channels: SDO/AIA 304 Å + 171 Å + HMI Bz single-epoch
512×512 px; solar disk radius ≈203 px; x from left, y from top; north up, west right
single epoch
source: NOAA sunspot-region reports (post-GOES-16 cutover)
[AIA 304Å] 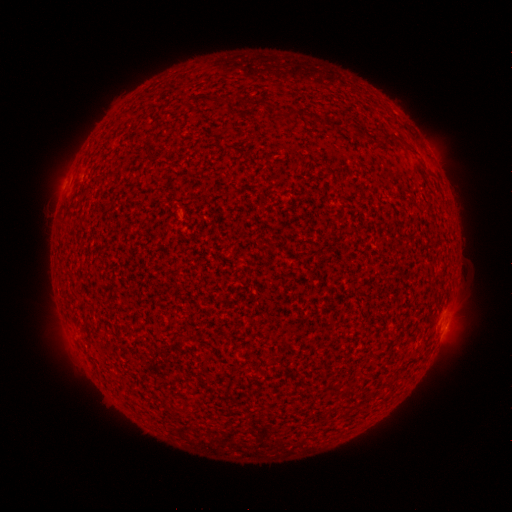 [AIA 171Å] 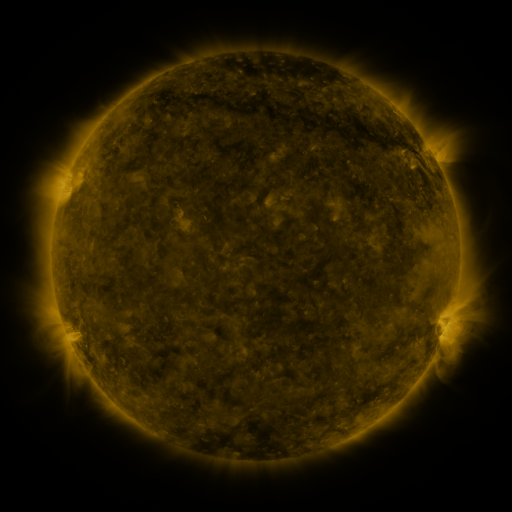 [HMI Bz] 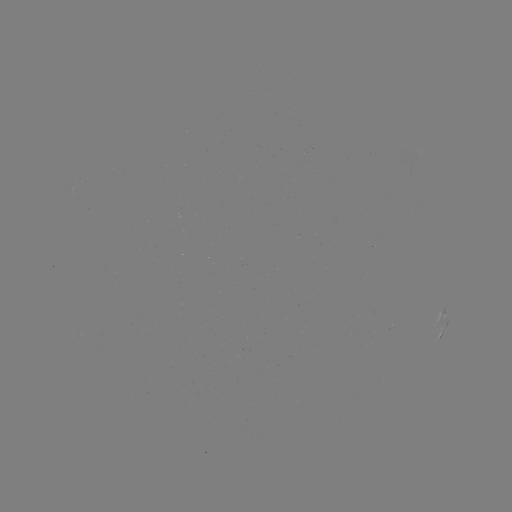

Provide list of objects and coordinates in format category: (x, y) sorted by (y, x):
spotted active region: (441, 316)
spotted active region: (441, 334)
